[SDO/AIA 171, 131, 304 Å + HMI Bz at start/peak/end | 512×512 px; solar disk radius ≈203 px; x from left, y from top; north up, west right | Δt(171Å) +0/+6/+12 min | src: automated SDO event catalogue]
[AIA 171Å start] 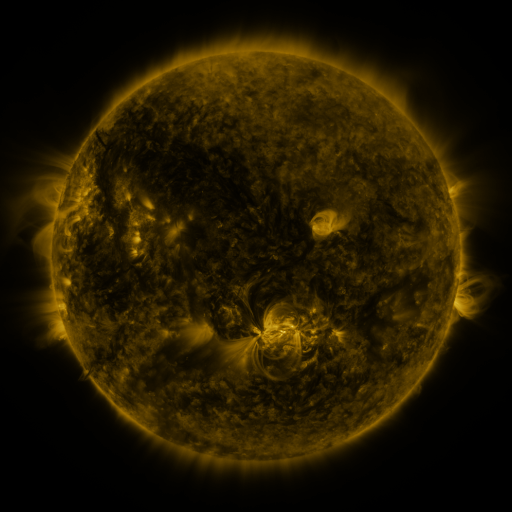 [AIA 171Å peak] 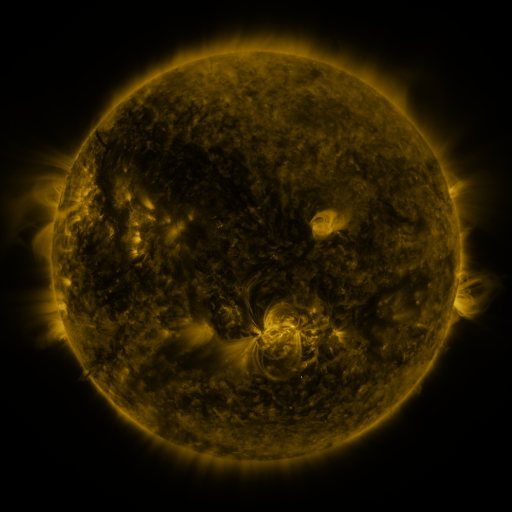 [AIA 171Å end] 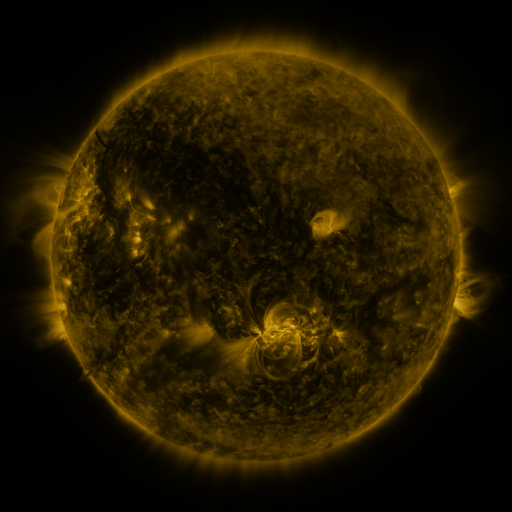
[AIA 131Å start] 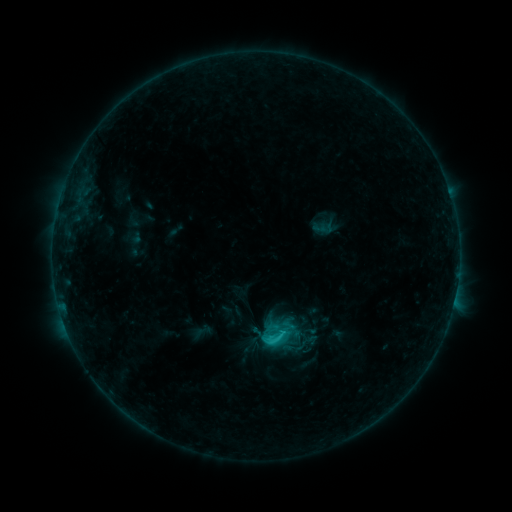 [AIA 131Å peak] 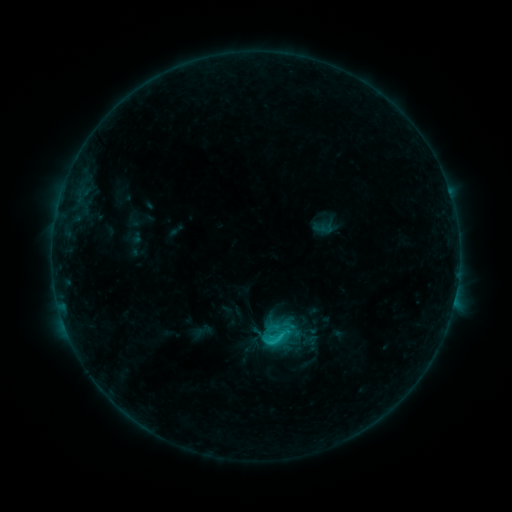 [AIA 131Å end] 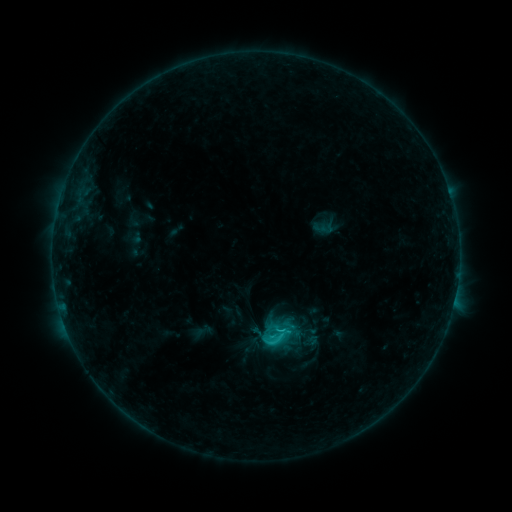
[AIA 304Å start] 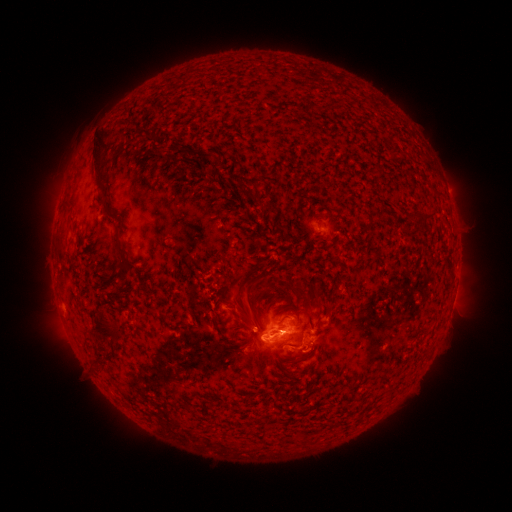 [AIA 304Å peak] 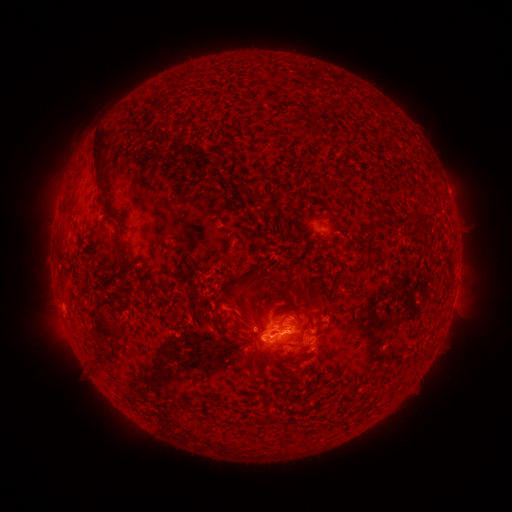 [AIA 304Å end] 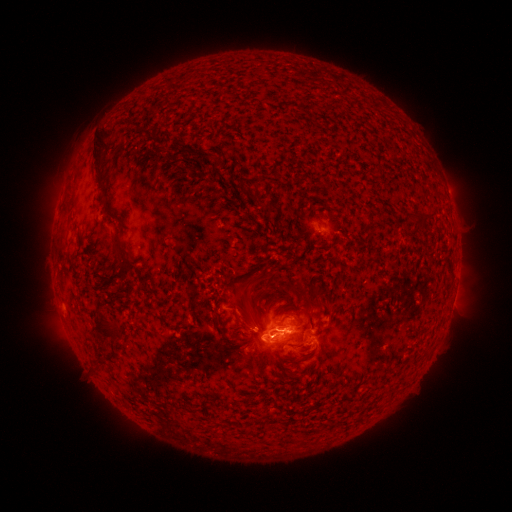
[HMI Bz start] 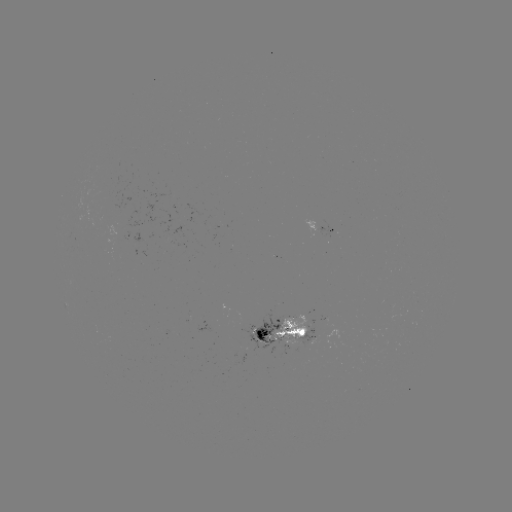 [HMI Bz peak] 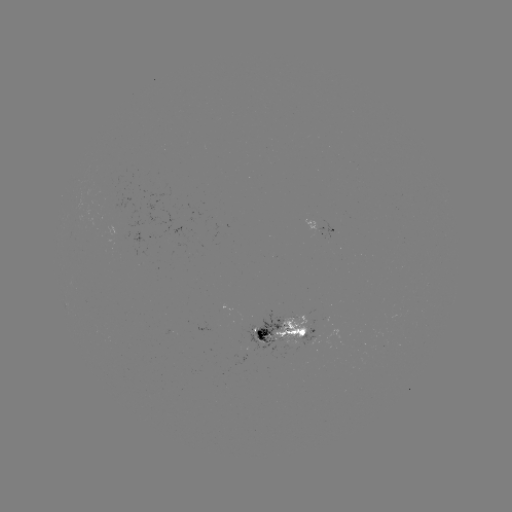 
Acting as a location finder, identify C2.8 flare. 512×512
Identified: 286,332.